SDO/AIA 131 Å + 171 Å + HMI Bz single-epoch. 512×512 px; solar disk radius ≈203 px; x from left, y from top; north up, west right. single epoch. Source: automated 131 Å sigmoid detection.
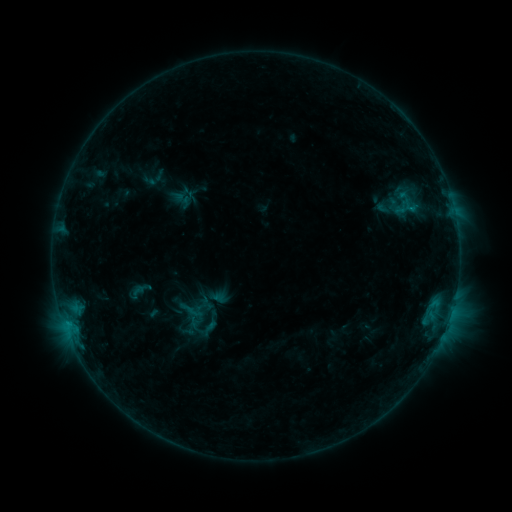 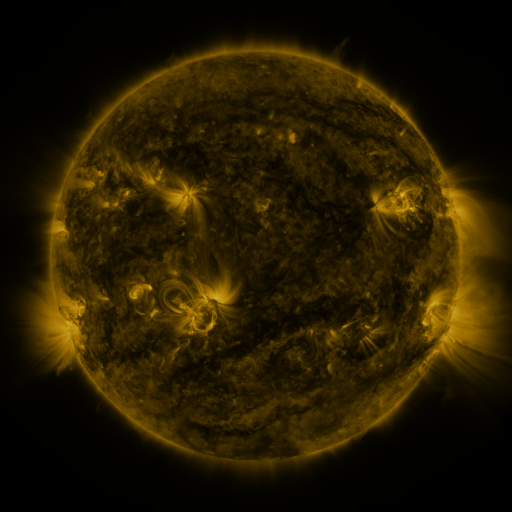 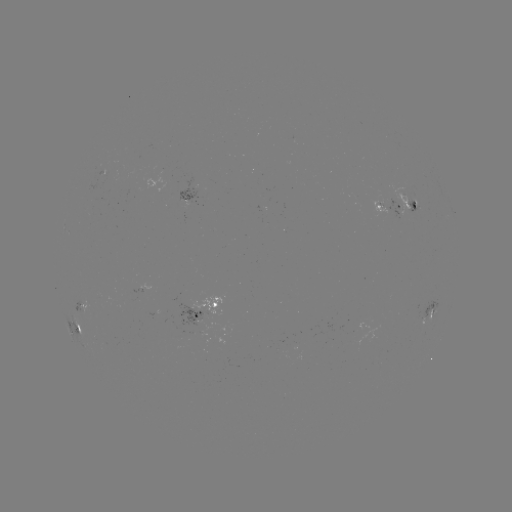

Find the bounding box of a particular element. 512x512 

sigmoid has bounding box [197, 317, 222, 338].